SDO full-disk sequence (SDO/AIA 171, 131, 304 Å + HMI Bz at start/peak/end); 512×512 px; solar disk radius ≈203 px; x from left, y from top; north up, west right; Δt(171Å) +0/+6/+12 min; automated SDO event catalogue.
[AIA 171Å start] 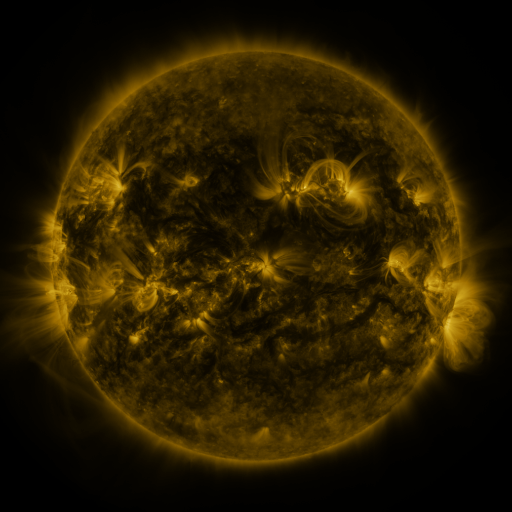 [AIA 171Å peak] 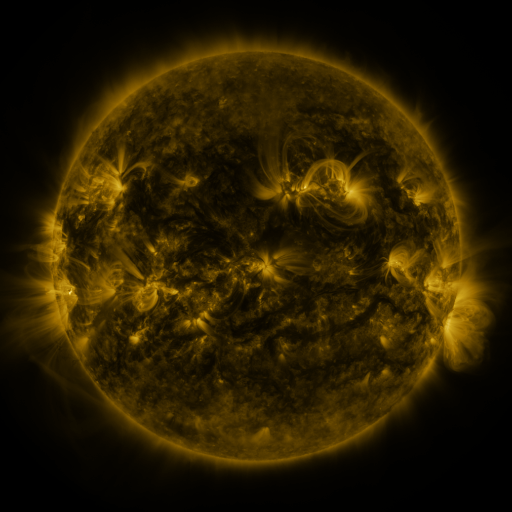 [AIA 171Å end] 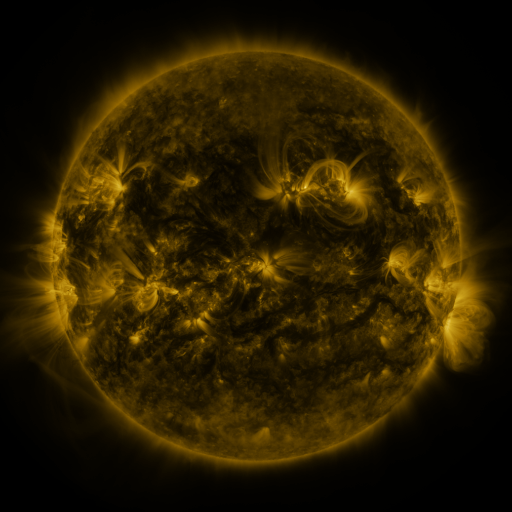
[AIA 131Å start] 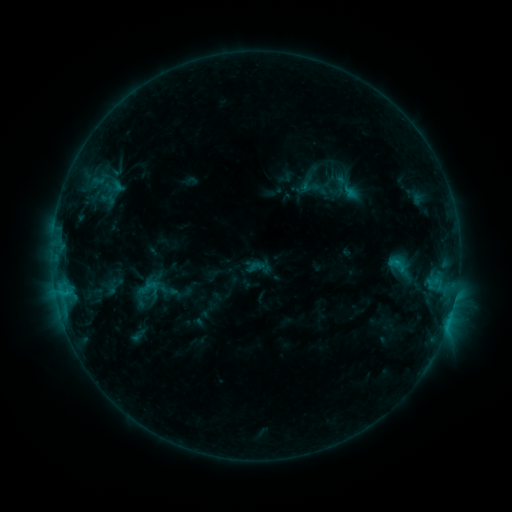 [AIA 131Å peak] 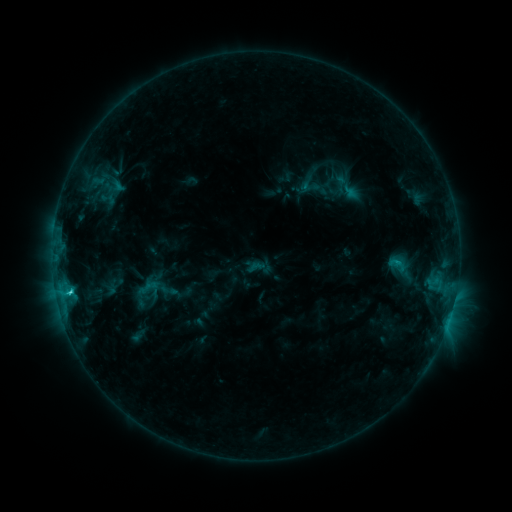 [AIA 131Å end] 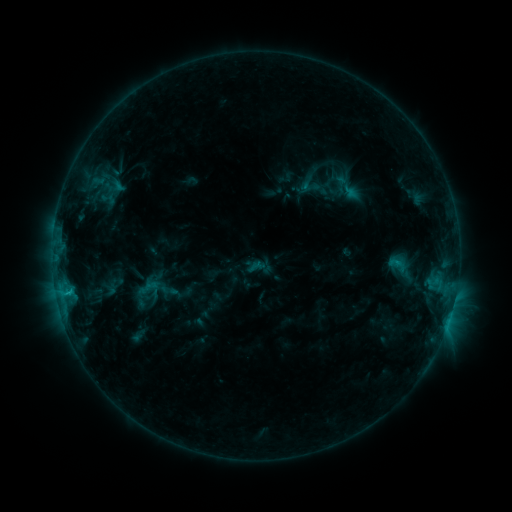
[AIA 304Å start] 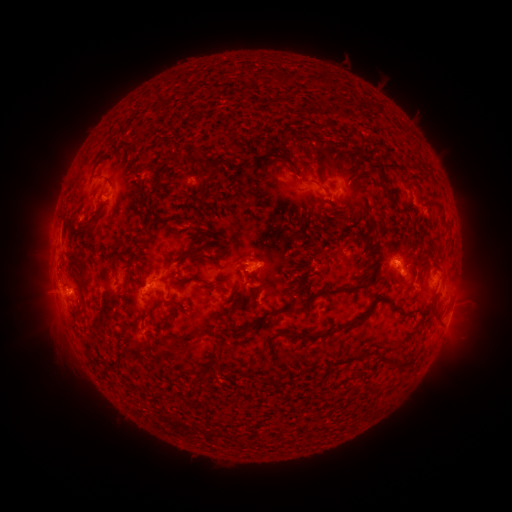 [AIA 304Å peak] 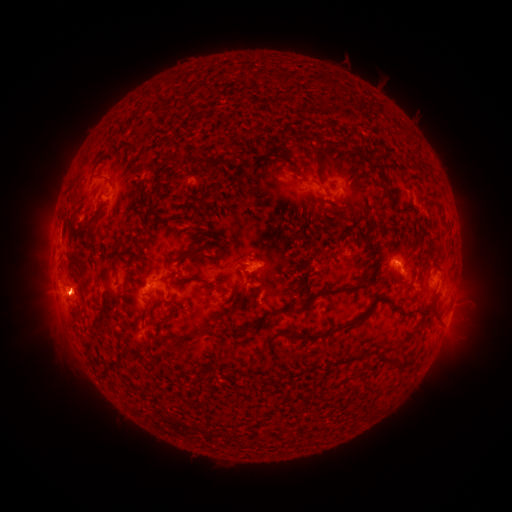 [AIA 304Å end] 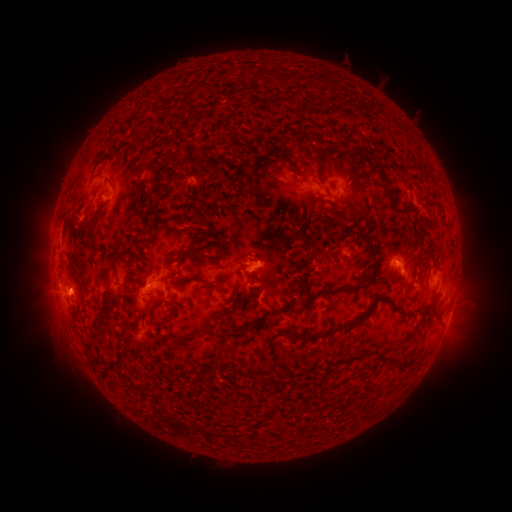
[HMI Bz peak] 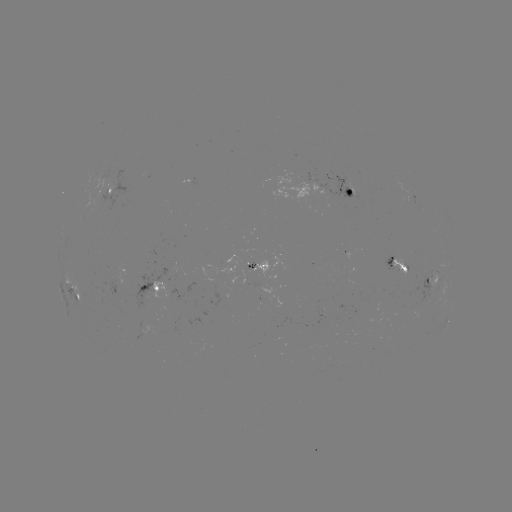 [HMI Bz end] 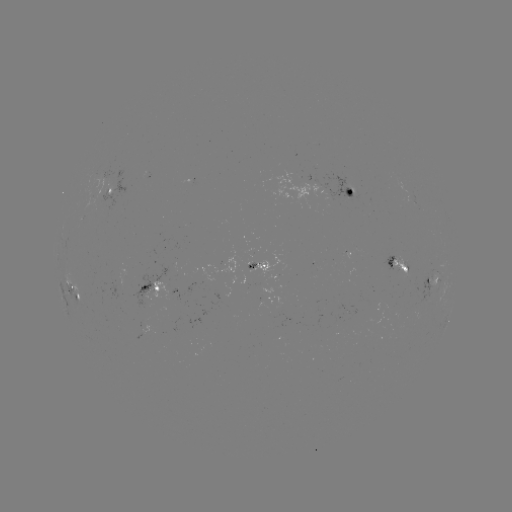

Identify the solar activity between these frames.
C2.9 flare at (70, 292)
